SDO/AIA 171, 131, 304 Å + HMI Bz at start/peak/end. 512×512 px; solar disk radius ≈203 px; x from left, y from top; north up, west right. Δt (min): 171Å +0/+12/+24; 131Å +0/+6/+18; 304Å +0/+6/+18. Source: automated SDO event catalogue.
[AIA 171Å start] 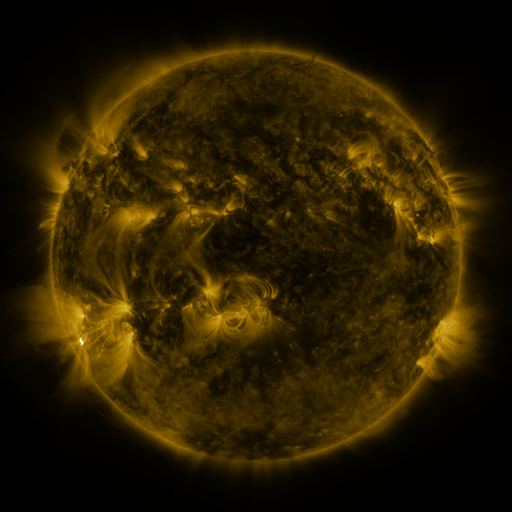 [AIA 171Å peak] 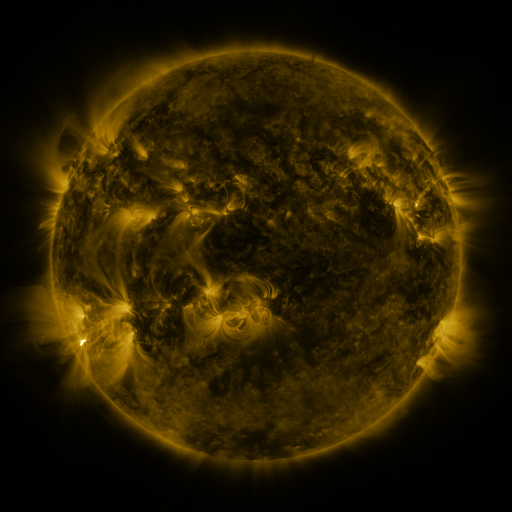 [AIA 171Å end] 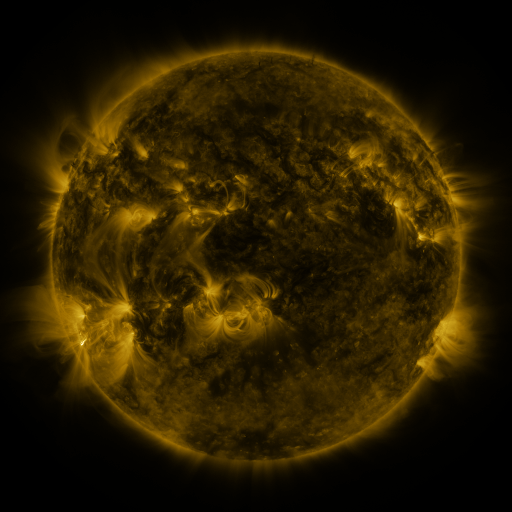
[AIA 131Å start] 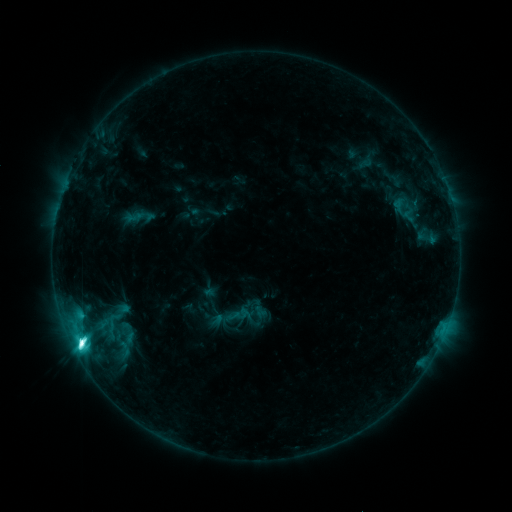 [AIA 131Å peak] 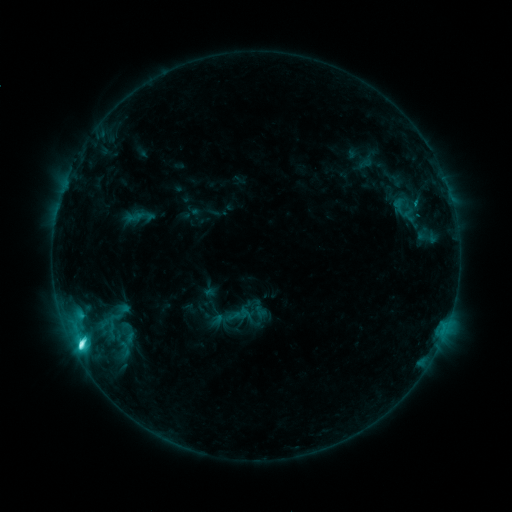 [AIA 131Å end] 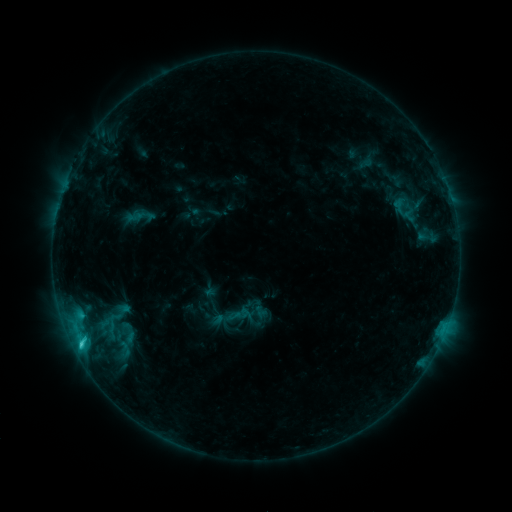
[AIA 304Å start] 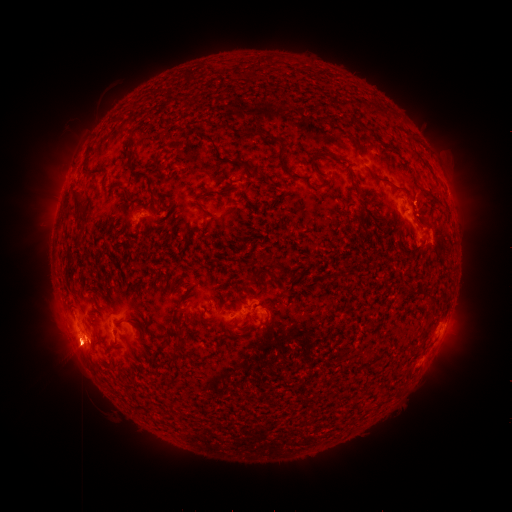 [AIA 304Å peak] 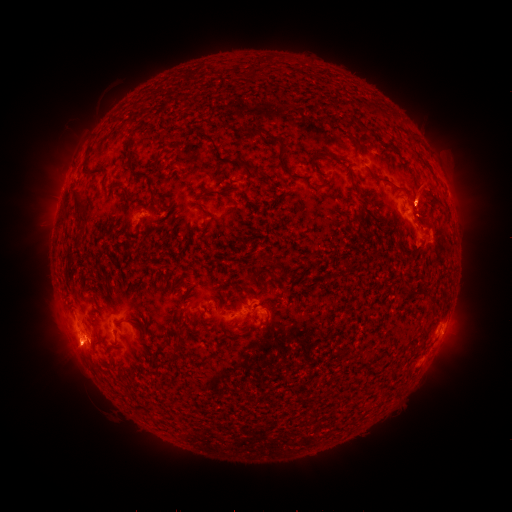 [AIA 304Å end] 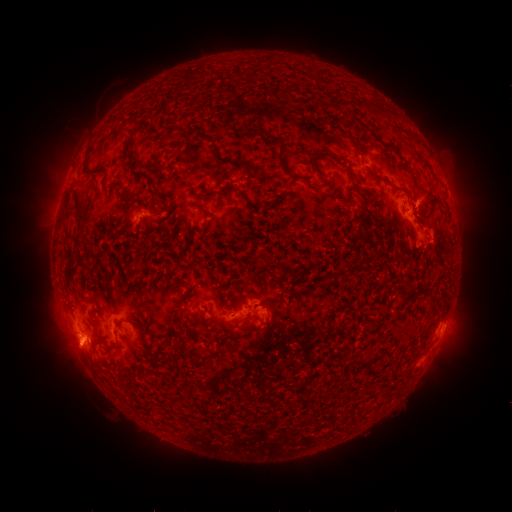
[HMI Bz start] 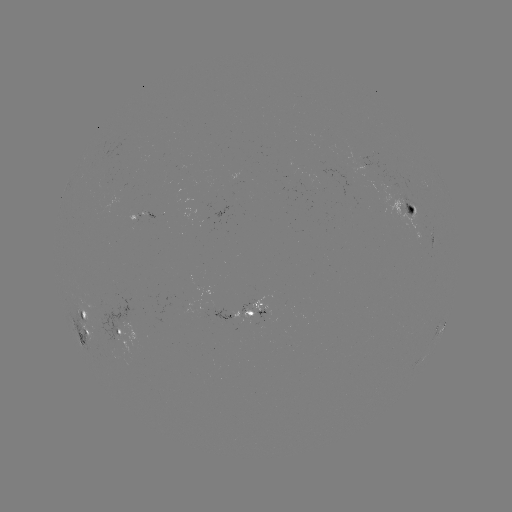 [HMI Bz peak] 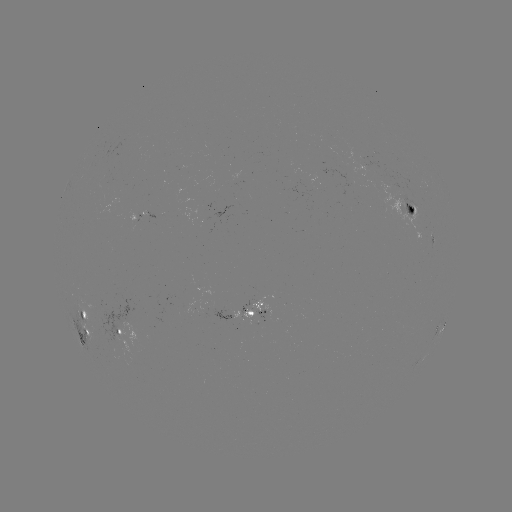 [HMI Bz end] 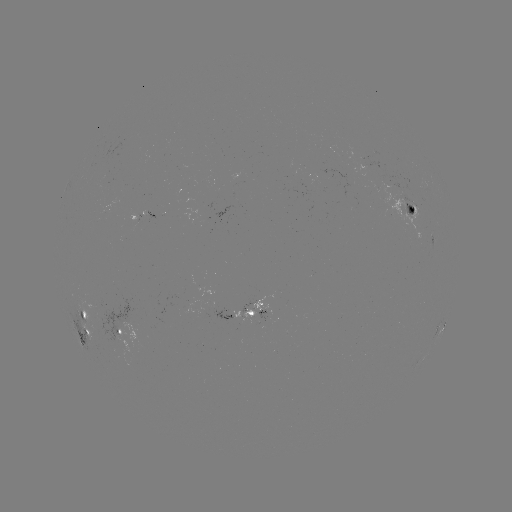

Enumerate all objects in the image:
eruption: (425, 193)
